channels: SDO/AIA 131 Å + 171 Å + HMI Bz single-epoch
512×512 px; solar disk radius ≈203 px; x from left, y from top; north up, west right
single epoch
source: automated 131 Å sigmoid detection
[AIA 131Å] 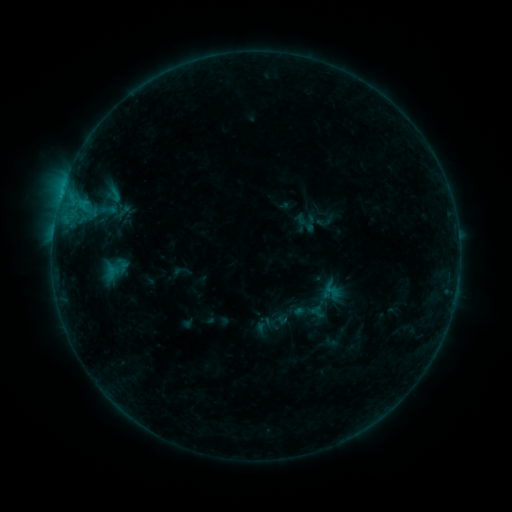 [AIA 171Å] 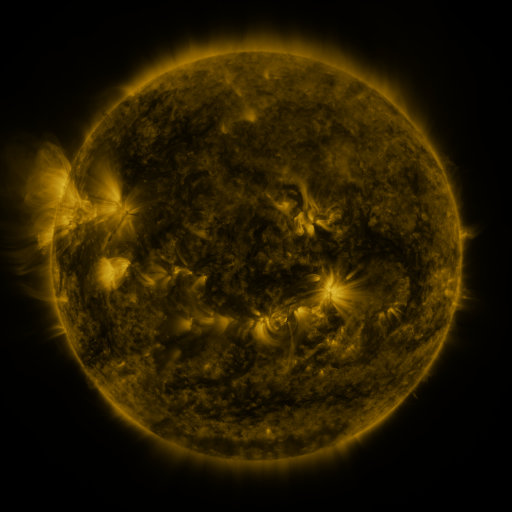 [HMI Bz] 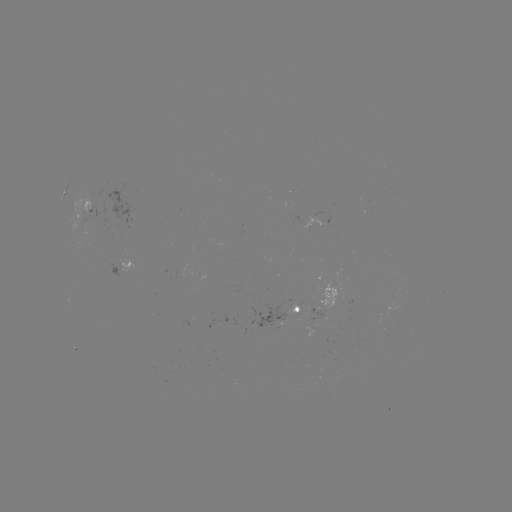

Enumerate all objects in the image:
sigmoid: (109, 210)
sigmoid: (310, 224)
